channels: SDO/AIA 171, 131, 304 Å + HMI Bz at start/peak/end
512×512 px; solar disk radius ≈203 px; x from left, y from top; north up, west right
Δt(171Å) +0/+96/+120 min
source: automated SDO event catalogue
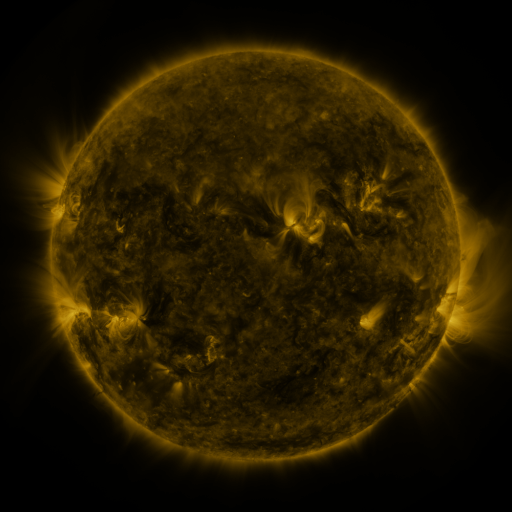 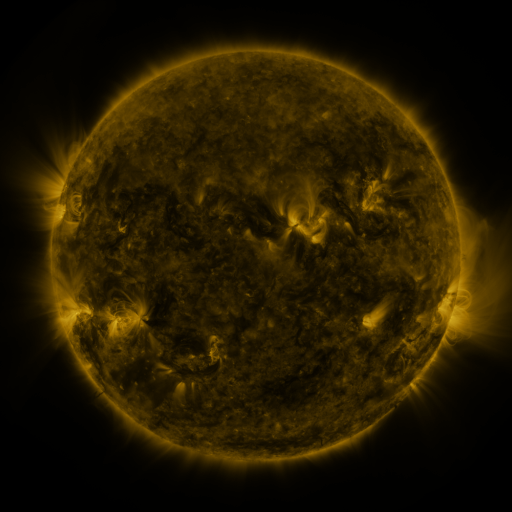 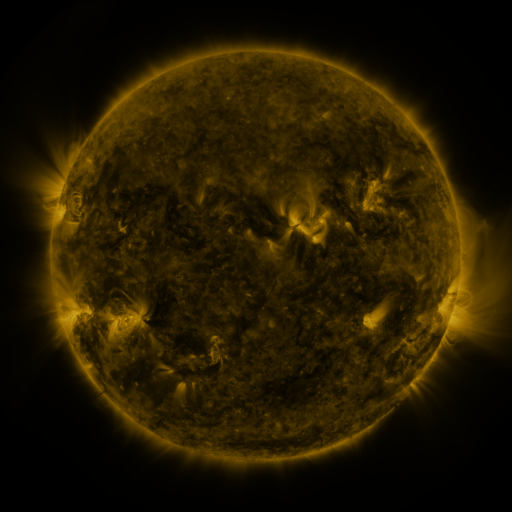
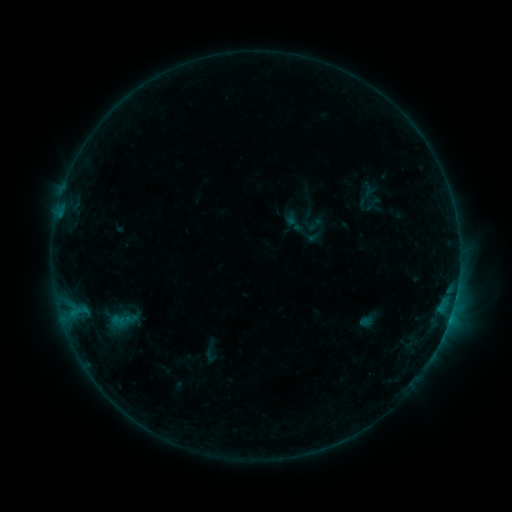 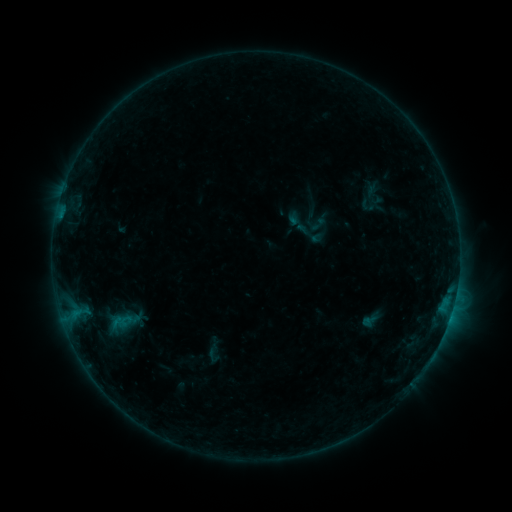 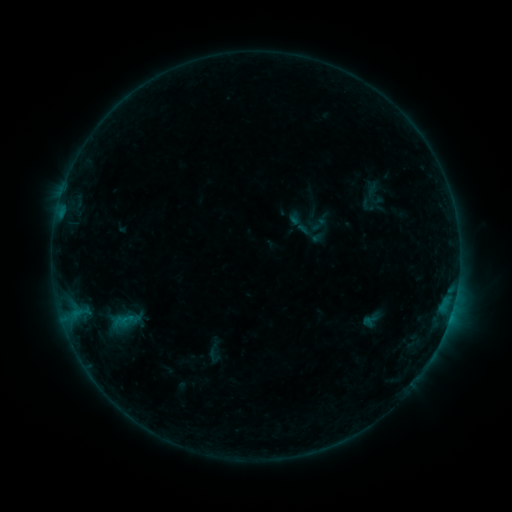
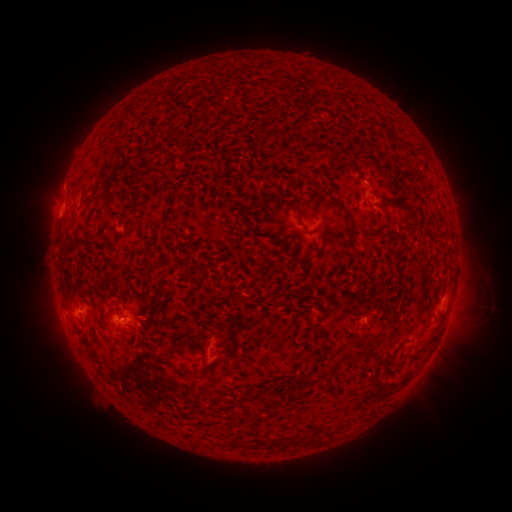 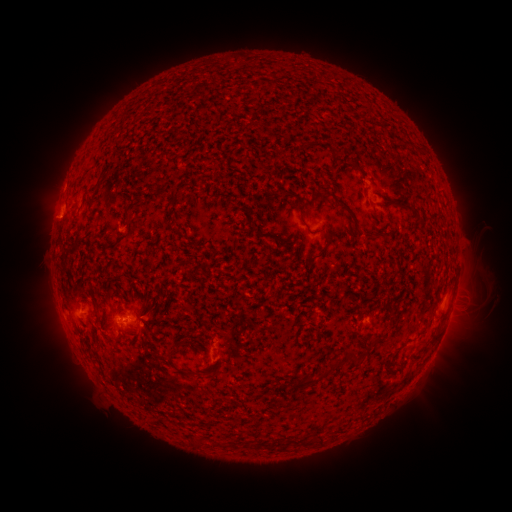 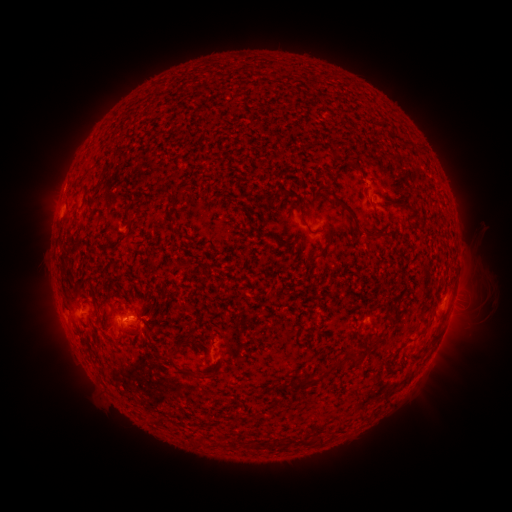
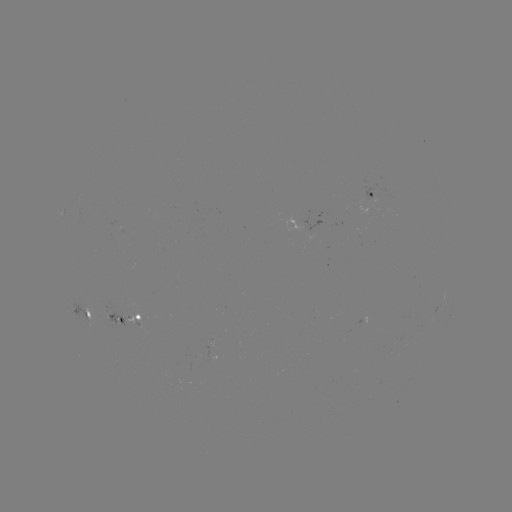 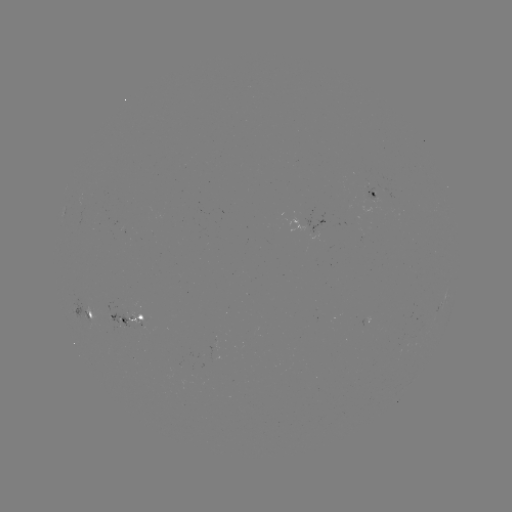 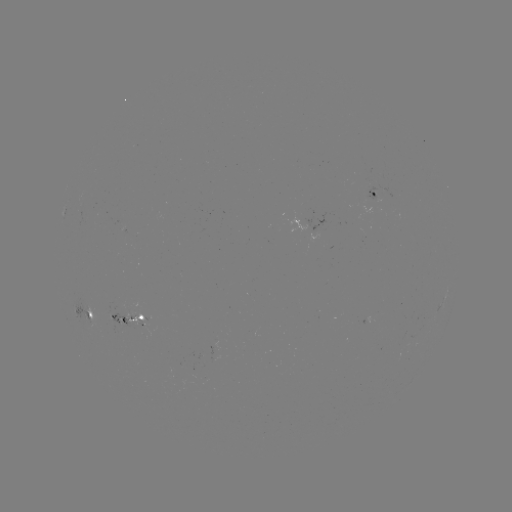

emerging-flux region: (307, 230, 321, 240)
